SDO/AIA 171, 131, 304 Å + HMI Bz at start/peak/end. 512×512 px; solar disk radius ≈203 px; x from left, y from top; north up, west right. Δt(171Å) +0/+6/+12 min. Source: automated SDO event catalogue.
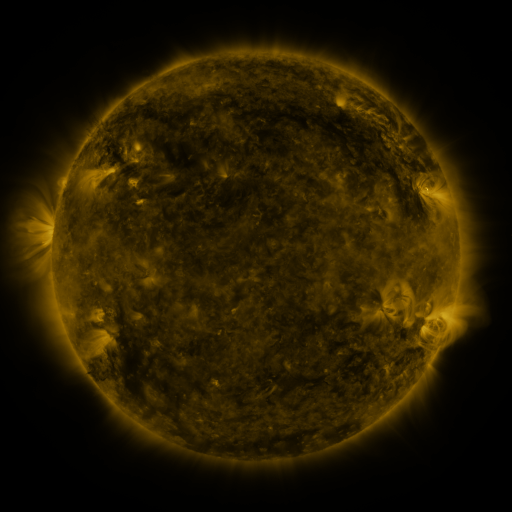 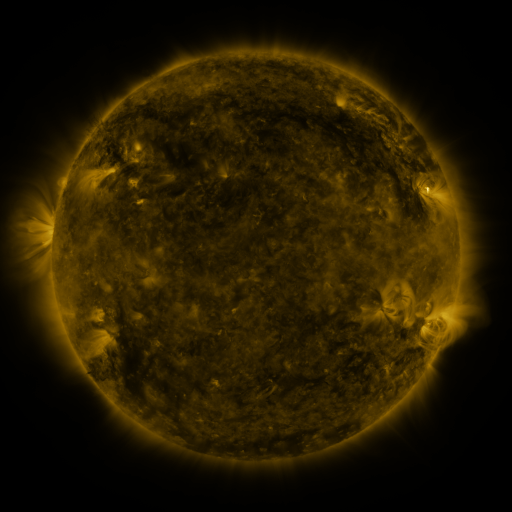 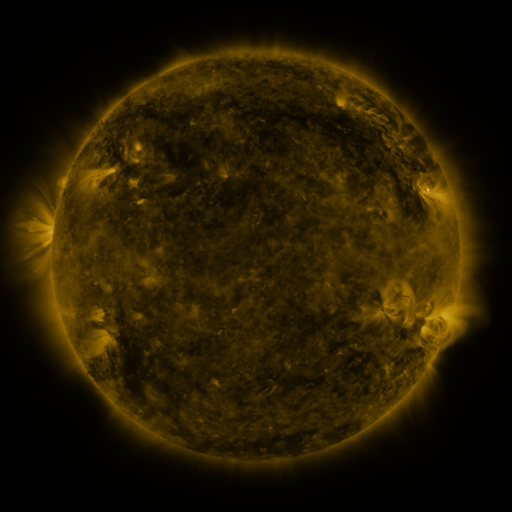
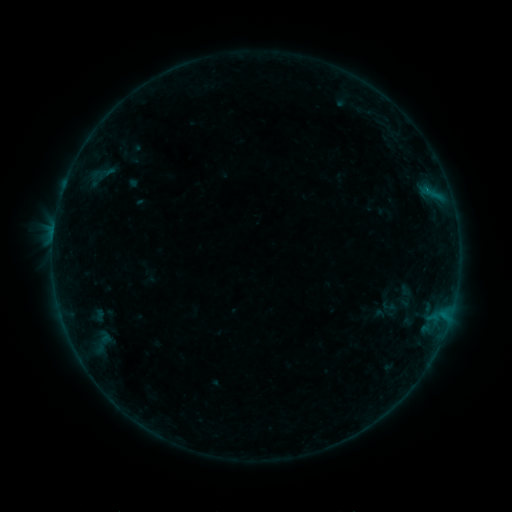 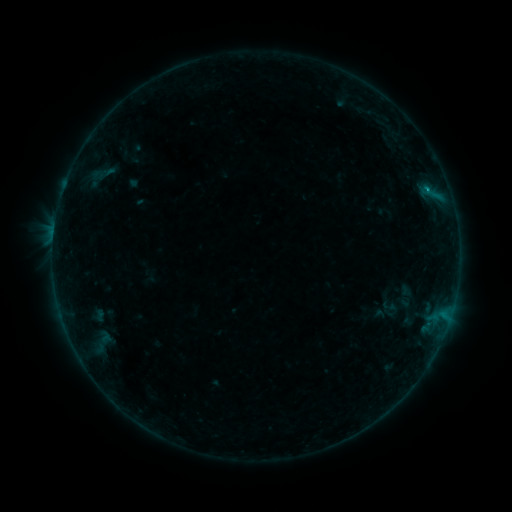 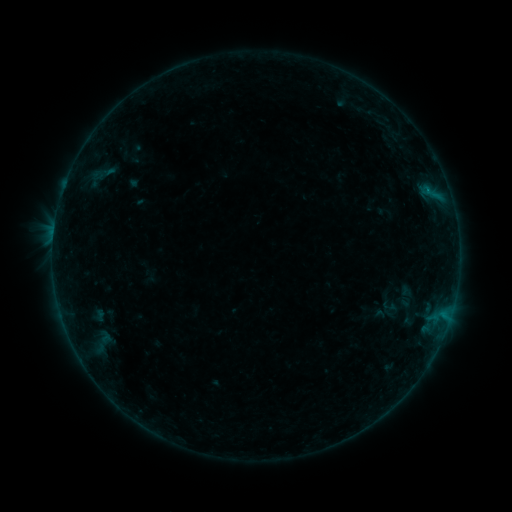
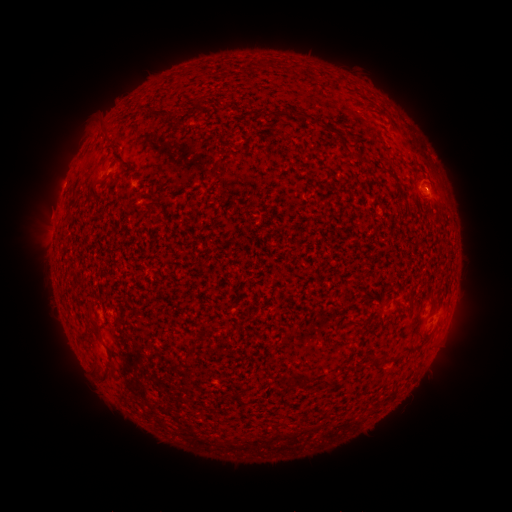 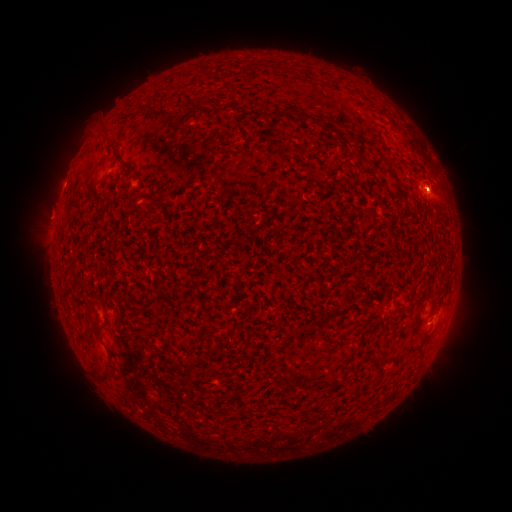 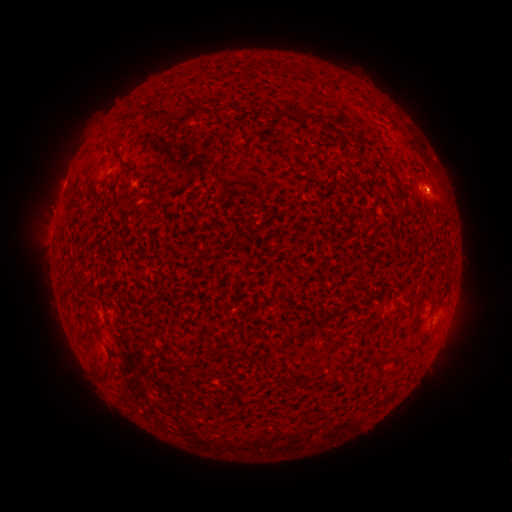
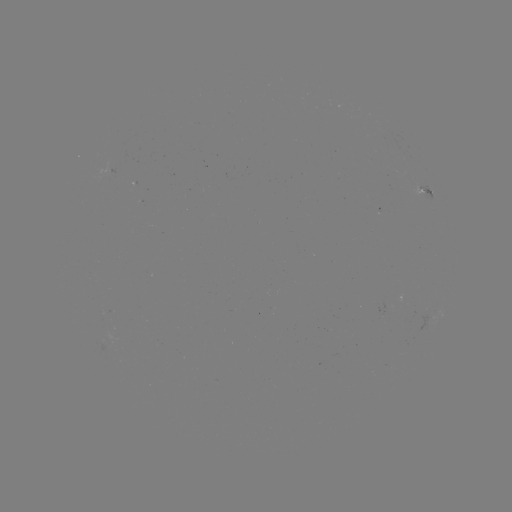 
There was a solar flare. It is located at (427, 192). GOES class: B2.0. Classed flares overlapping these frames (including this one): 1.